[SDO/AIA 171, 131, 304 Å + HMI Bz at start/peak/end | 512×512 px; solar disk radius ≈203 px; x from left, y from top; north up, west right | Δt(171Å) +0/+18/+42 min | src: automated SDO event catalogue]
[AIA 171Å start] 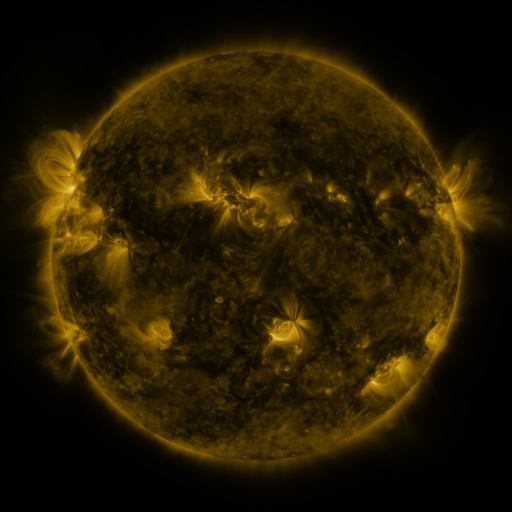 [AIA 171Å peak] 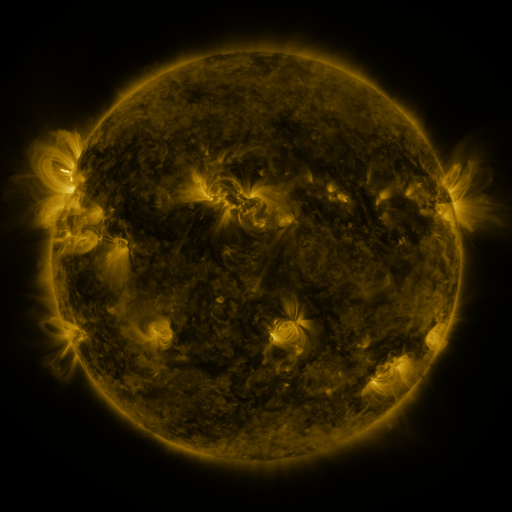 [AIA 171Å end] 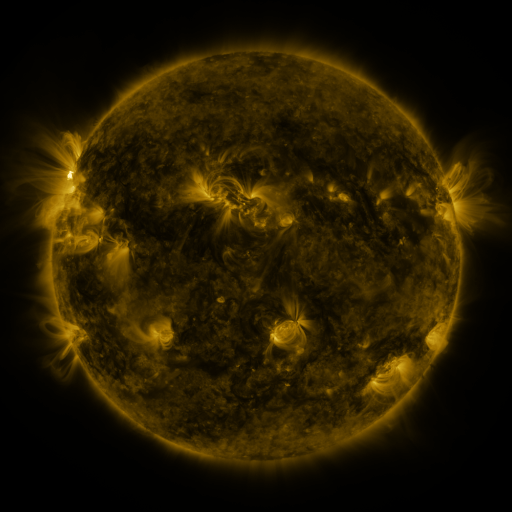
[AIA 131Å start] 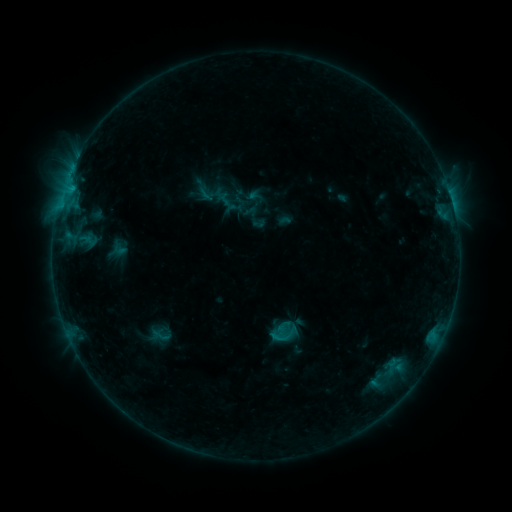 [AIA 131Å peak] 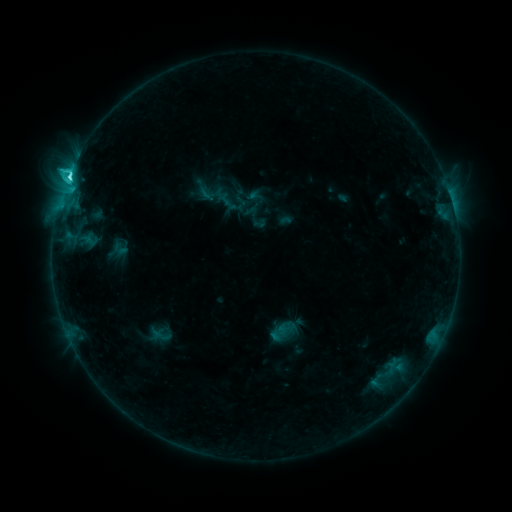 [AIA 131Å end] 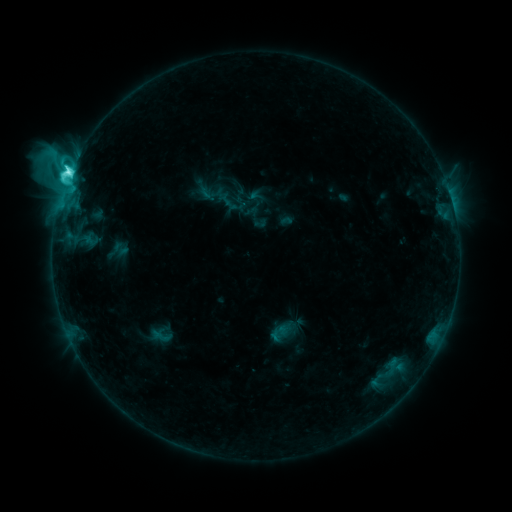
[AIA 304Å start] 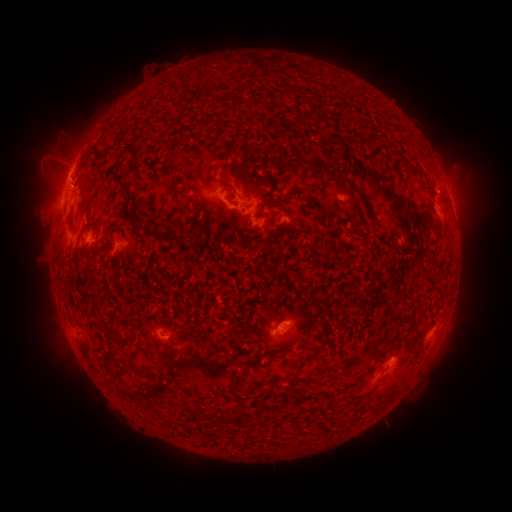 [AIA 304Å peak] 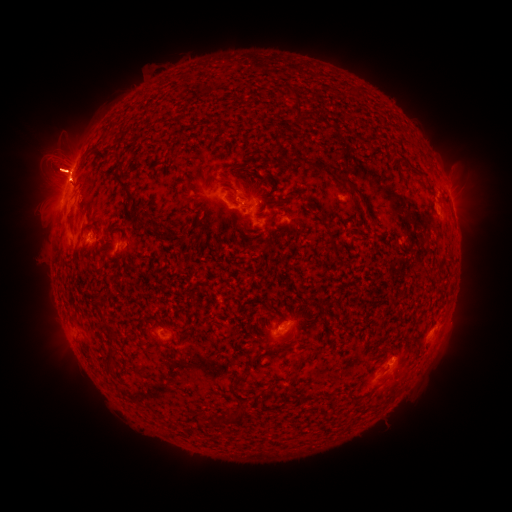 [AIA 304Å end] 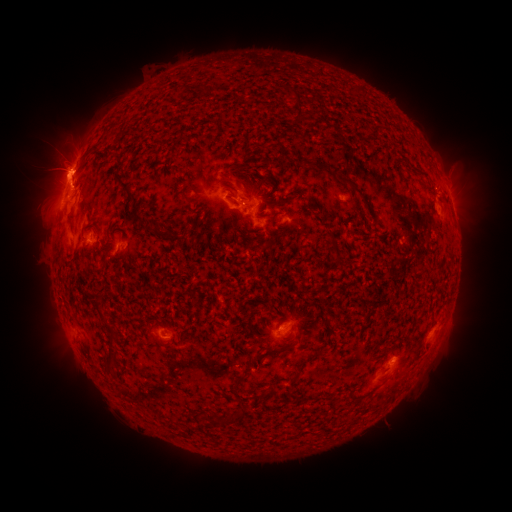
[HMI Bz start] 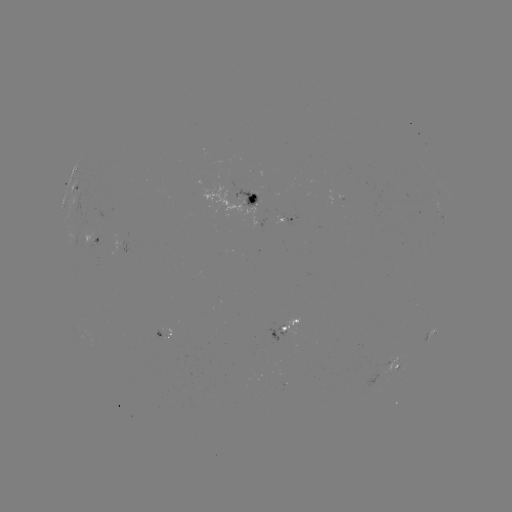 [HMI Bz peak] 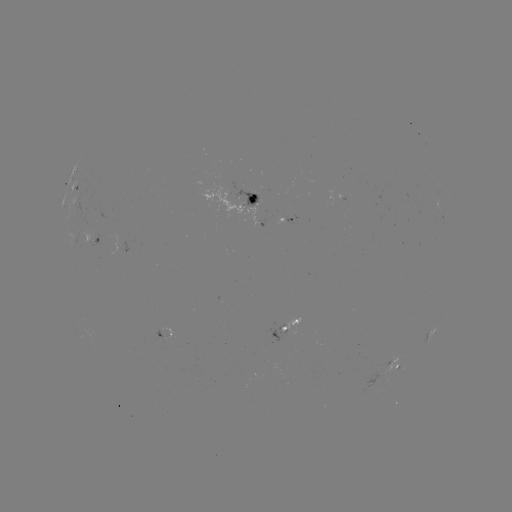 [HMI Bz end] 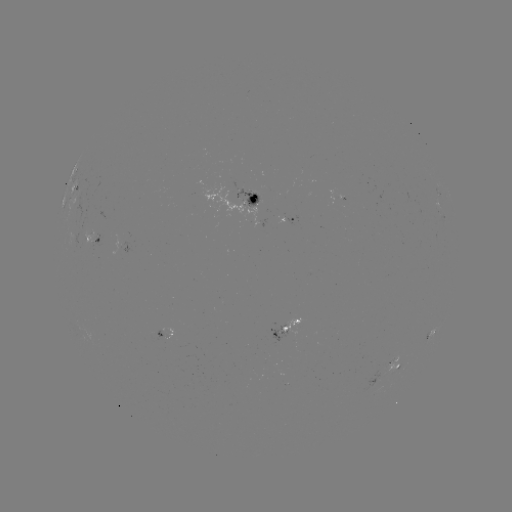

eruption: [0, 89, 112, 231]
